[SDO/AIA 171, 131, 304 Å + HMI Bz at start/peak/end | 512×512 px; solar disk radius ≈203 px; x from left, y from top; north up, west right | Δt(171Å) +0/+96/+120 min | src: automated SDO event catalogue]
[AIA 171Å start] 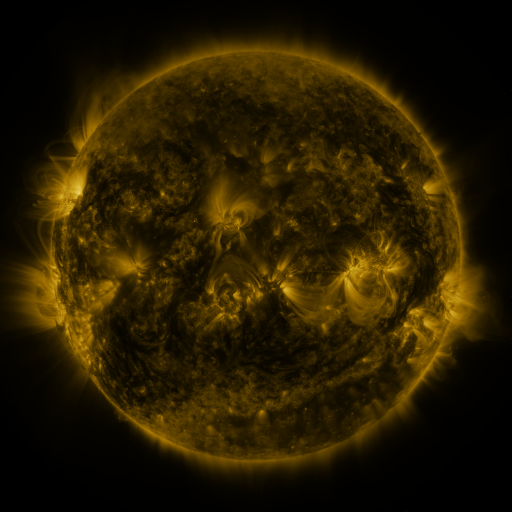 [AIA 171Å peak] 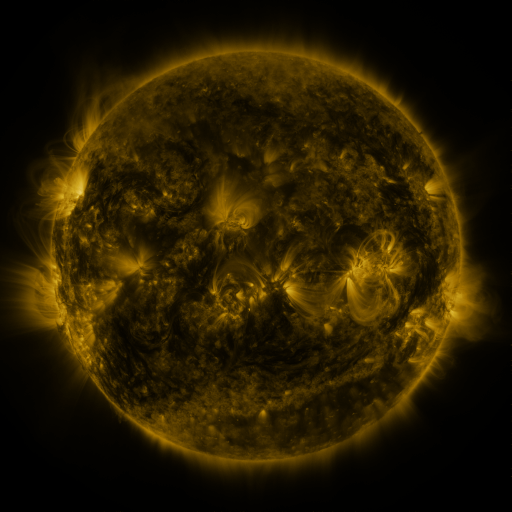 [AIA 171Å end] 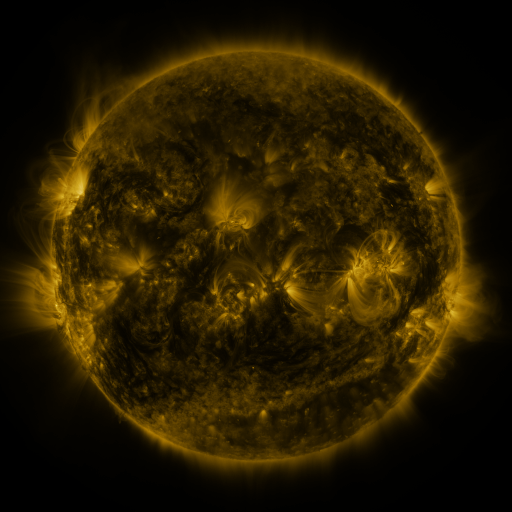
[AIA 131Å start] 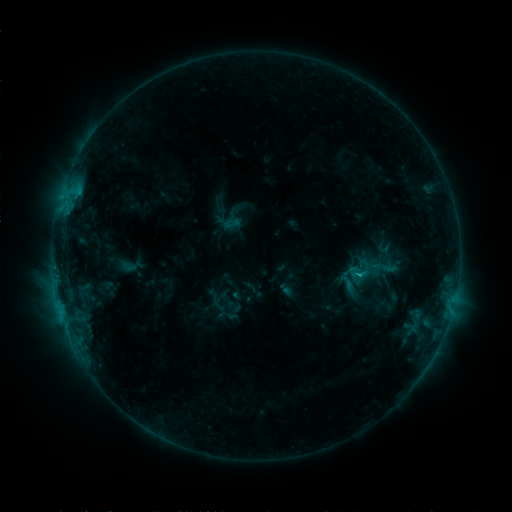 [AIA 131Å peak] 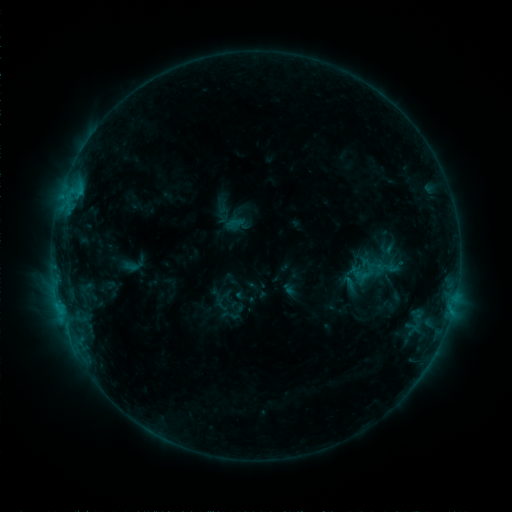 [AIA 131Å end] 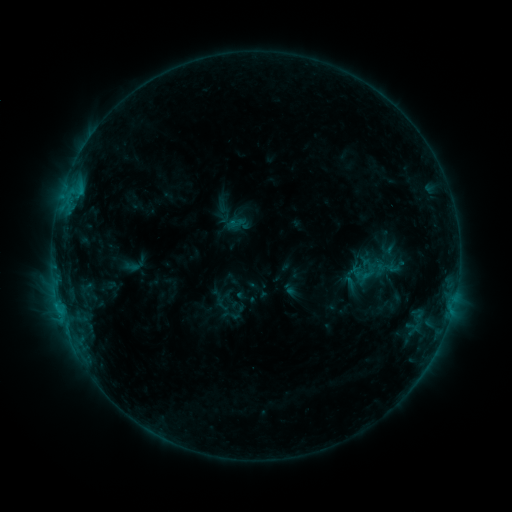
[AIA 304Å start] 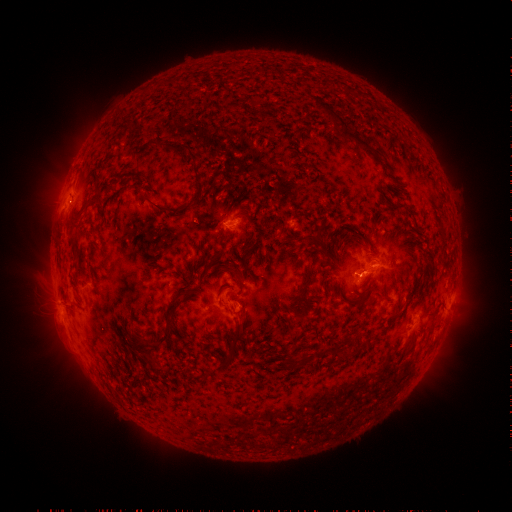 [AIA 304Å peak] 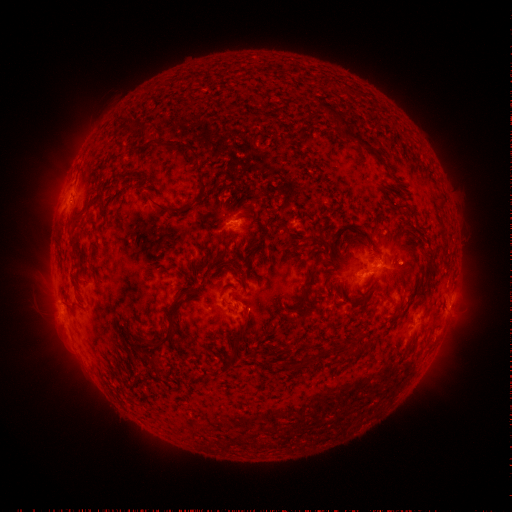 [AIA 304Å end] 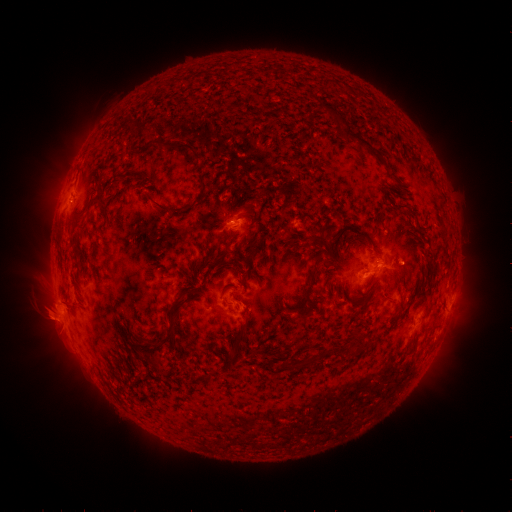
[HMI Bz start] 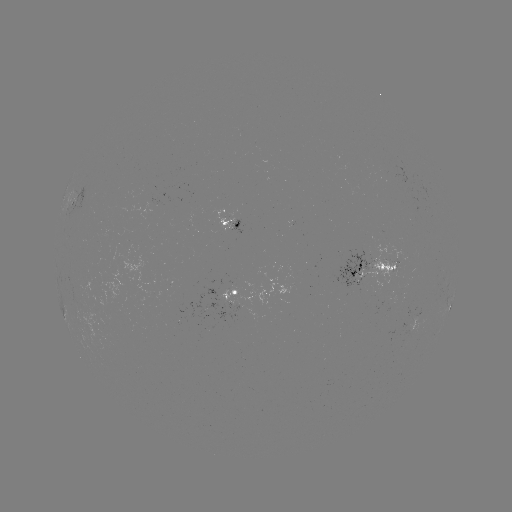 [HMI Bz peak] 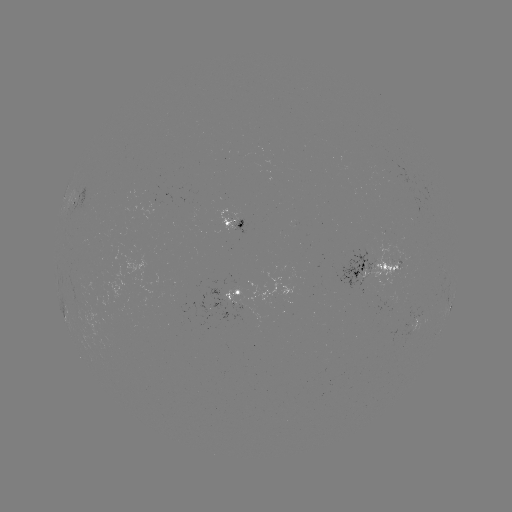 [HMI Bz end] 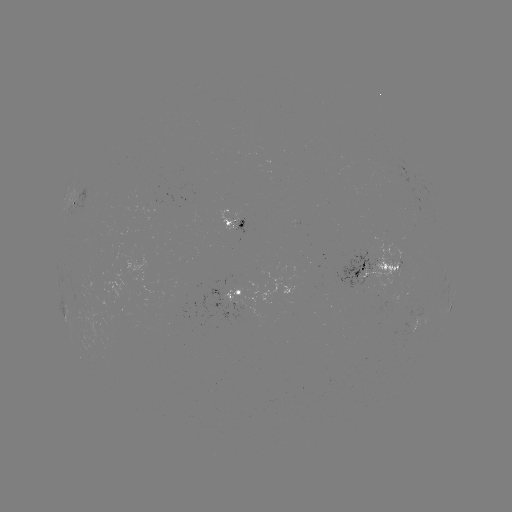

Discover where emerging-flux region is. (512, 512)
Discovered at [227, 314].